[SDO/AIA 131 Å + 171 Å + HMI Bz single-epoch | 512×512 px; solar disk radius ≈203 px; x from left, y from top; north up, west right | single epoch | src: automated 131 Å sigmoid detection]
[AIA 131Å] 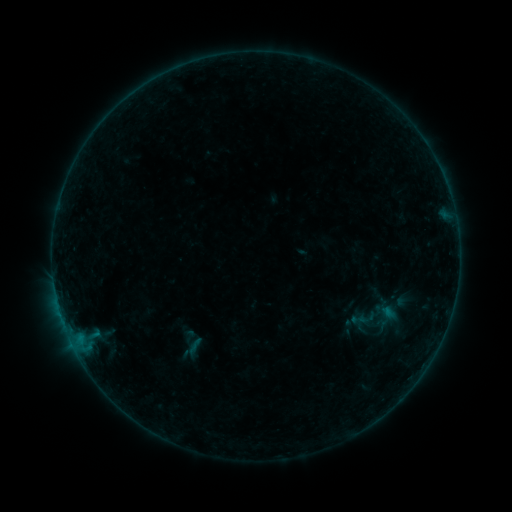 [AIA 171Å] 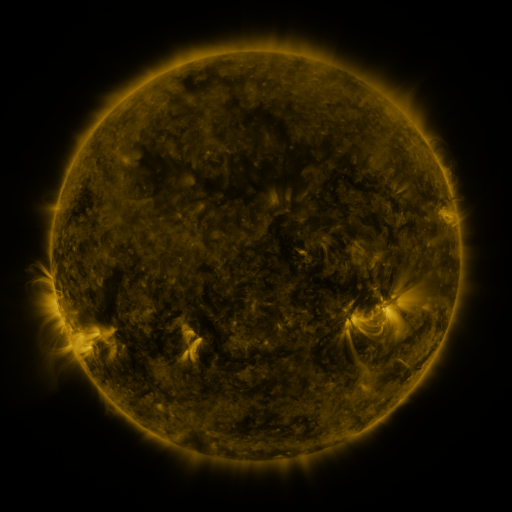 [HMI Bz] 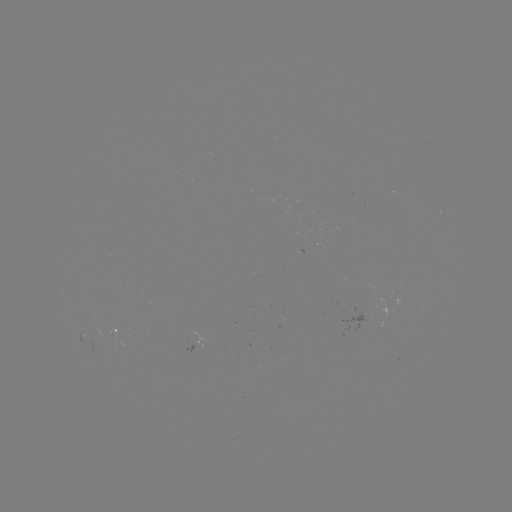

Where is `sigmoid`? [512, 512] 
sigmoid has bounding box [350, 312, 365, 327].